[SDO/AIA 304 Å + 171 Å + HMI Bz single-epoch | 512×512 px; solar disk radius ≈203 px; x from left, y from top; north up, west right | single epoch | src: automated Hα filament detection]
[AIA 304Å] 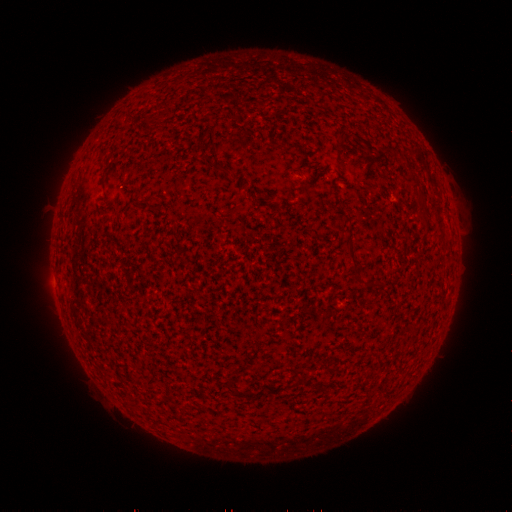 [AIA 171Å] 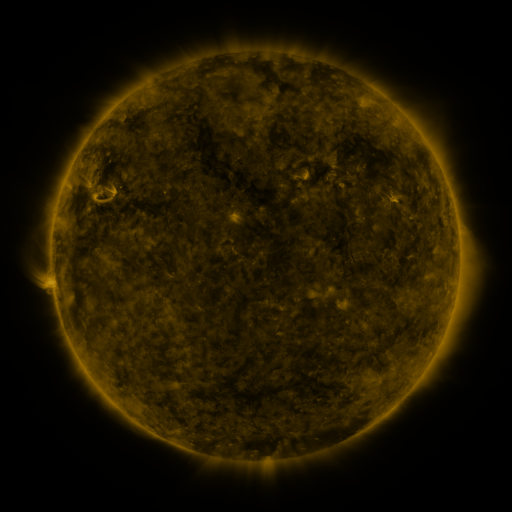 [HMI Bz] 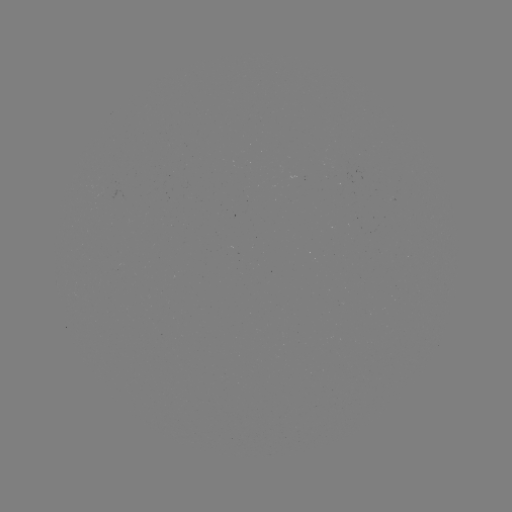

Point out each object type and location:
filament: <bbox>213, 164, 224, 171</bbox>
filament: <bbox>347, 243, 358, 266</bbox>
